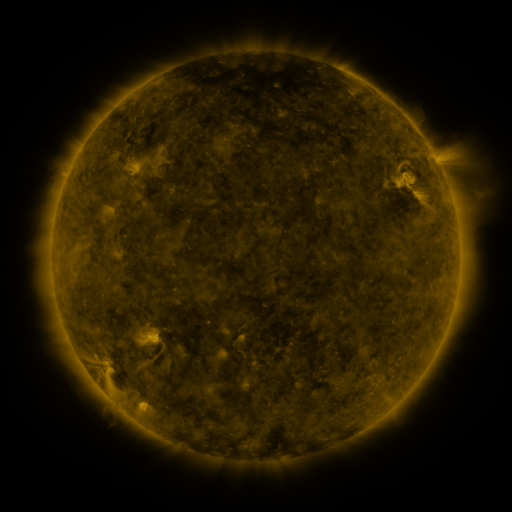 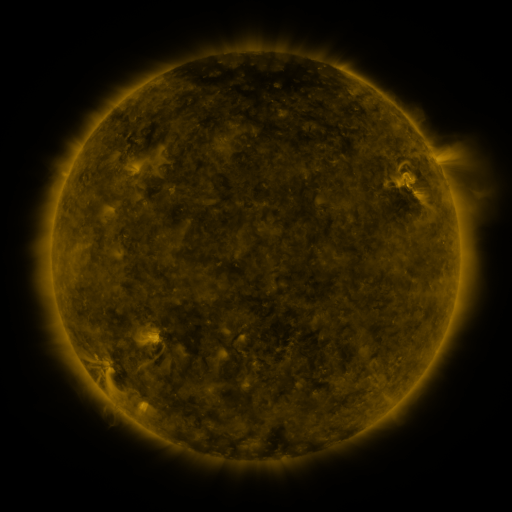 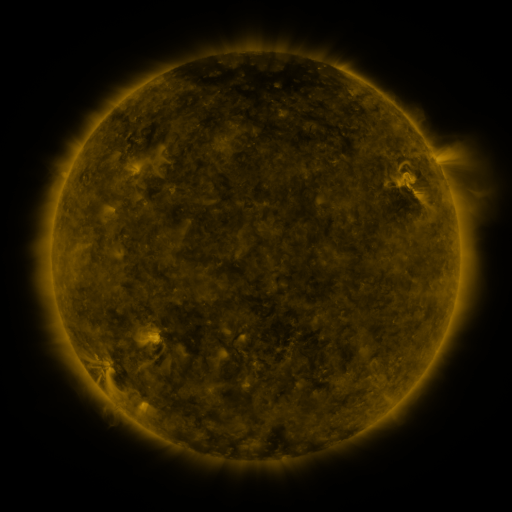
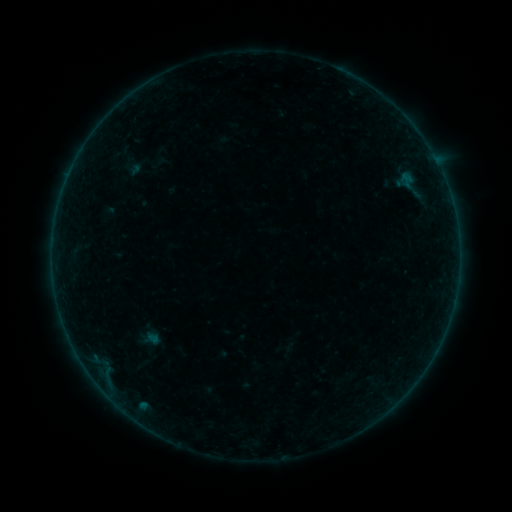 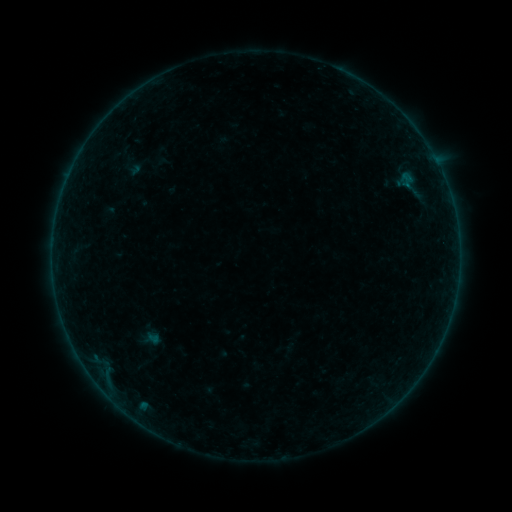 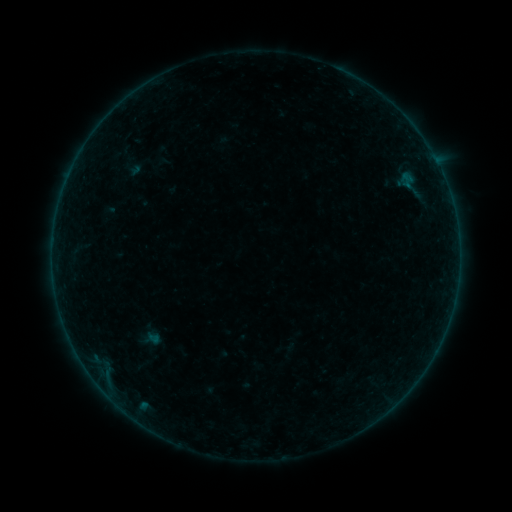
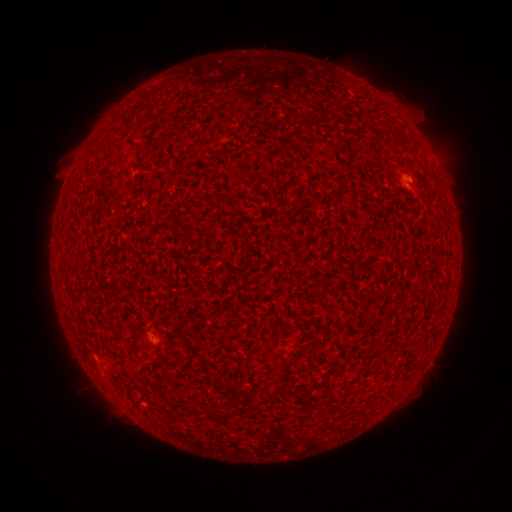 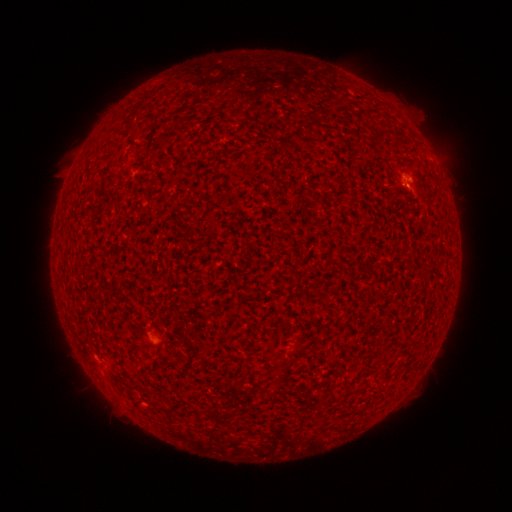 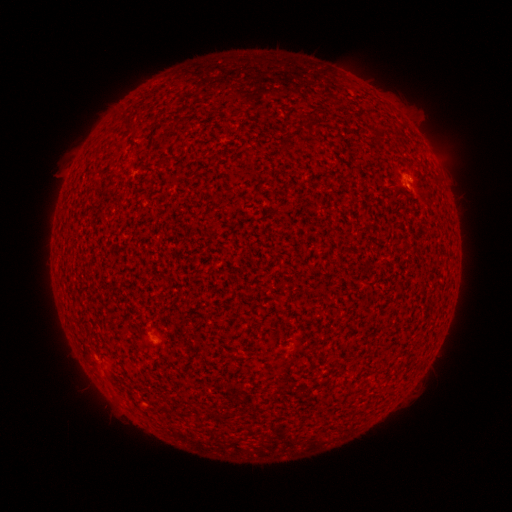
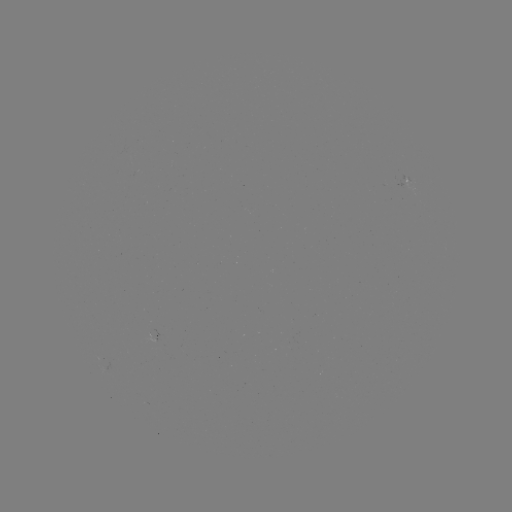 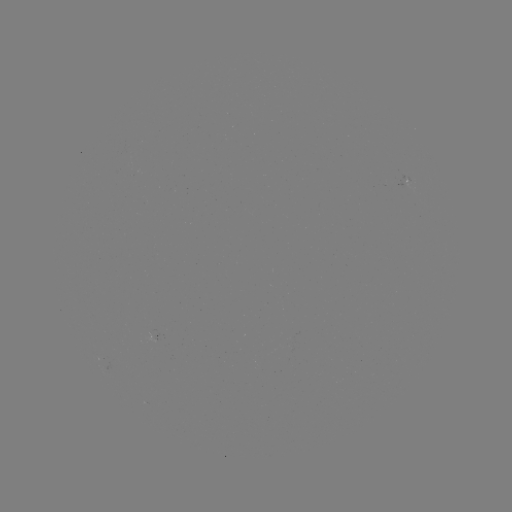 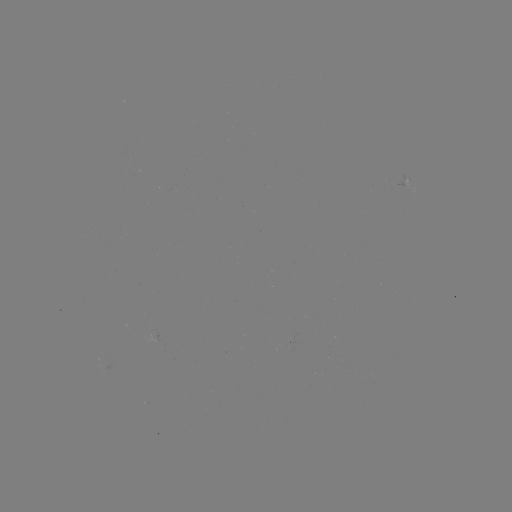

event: flare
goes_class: A9.4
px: (406, 186)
